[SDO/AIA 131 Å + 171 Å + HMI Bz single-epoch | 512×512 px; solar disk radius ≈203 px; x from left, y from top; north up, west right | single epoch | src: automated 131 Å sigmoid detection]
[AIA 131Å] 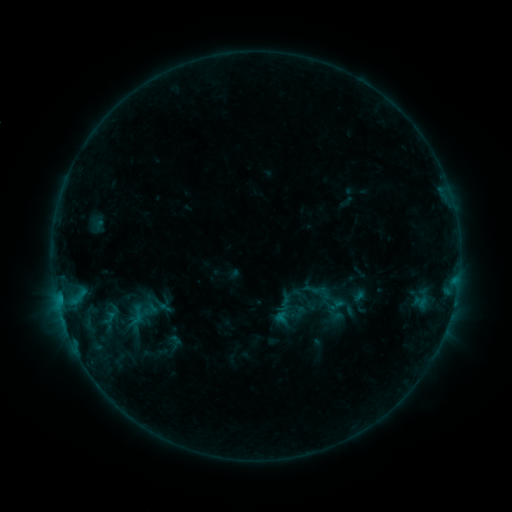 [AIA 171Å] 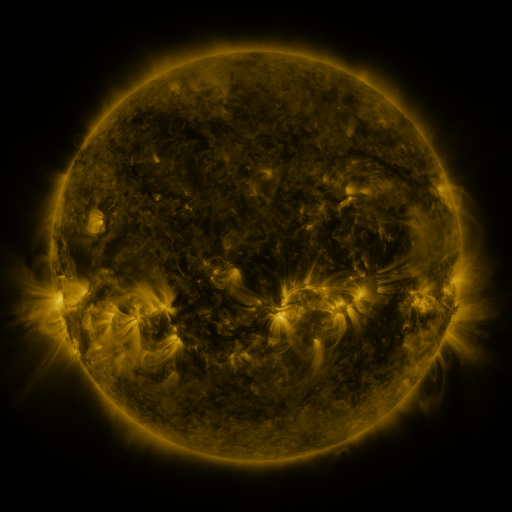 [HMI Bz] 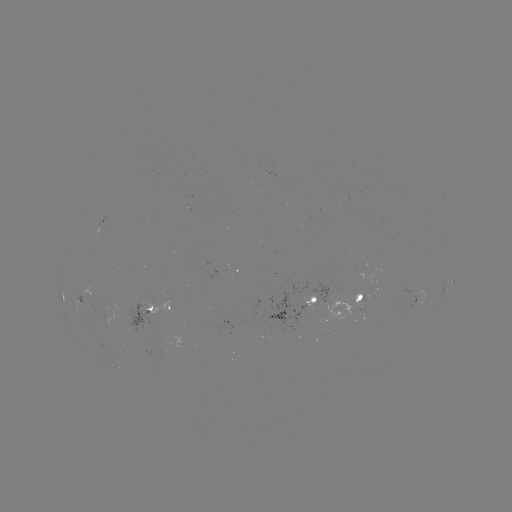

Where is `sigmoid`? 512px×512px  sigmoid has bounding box [121, 304, 152, 327].